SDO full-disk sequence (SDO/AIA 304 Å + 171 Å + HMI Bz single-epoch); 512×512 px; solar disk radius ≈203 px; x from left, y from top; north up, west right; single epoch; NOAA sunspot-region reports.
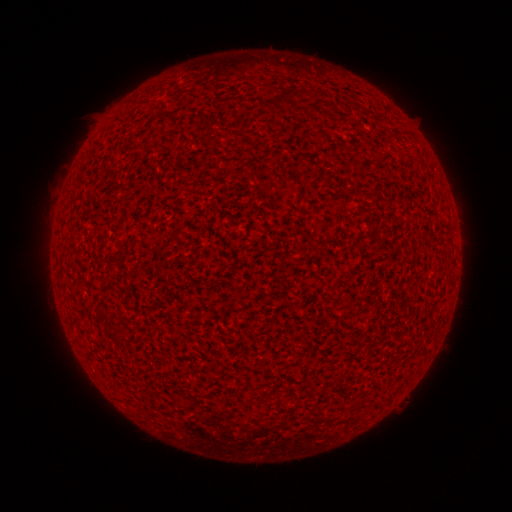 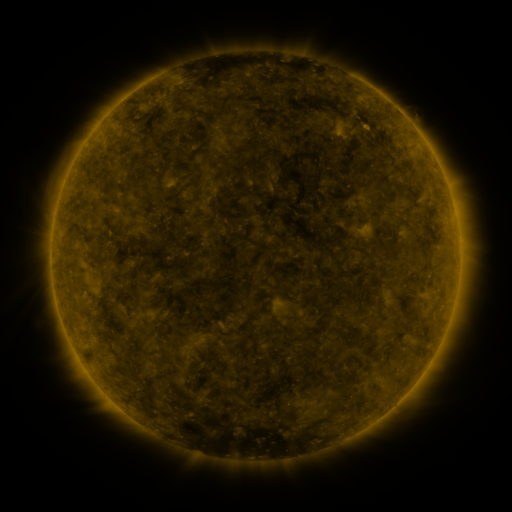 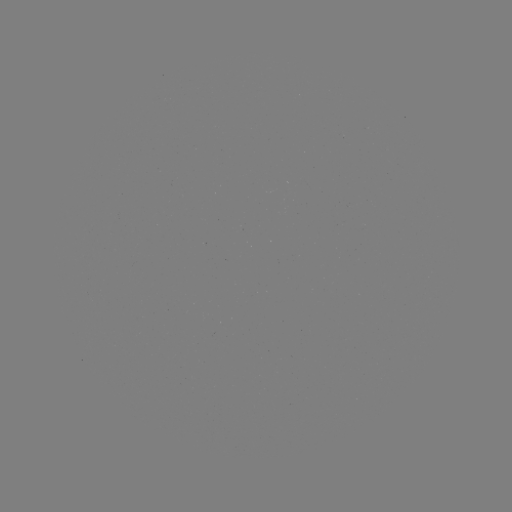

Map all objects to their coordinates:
(none)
